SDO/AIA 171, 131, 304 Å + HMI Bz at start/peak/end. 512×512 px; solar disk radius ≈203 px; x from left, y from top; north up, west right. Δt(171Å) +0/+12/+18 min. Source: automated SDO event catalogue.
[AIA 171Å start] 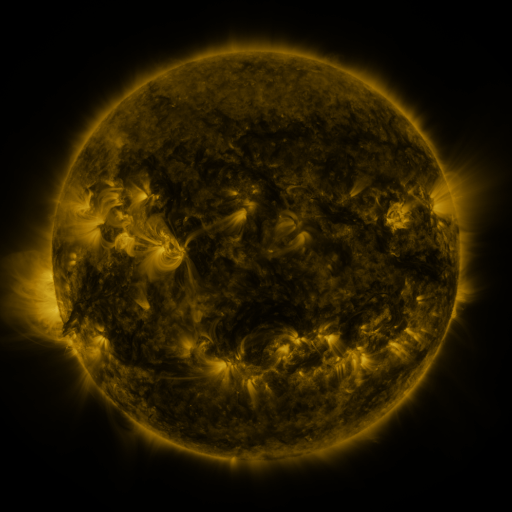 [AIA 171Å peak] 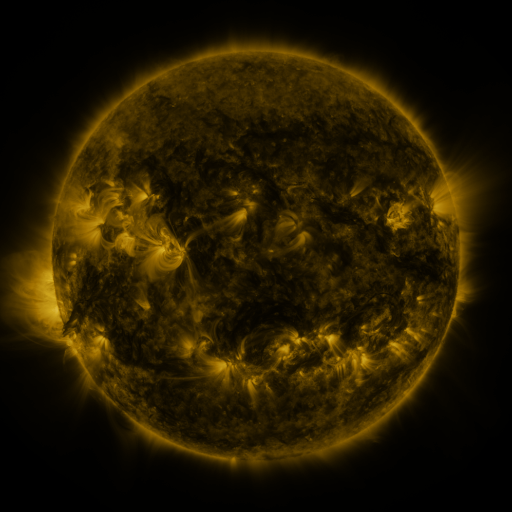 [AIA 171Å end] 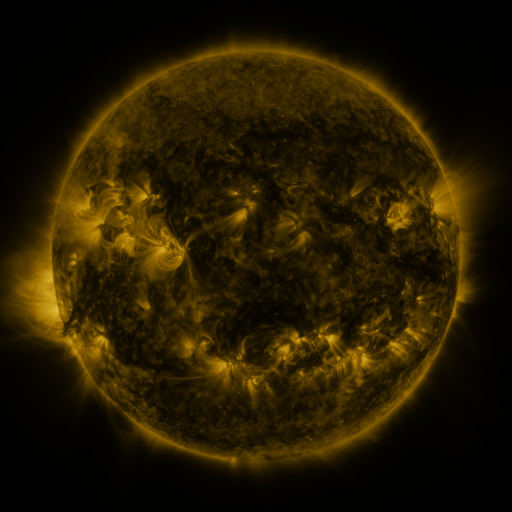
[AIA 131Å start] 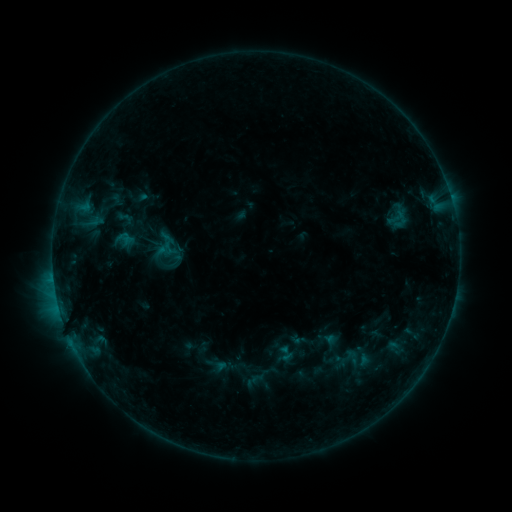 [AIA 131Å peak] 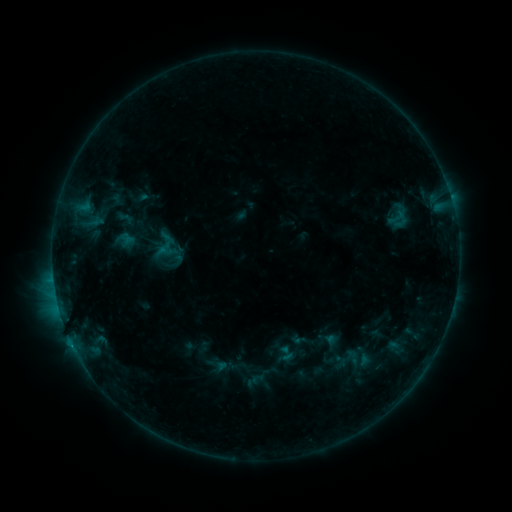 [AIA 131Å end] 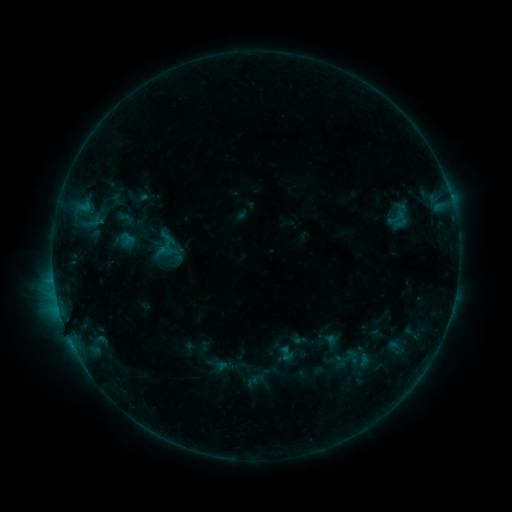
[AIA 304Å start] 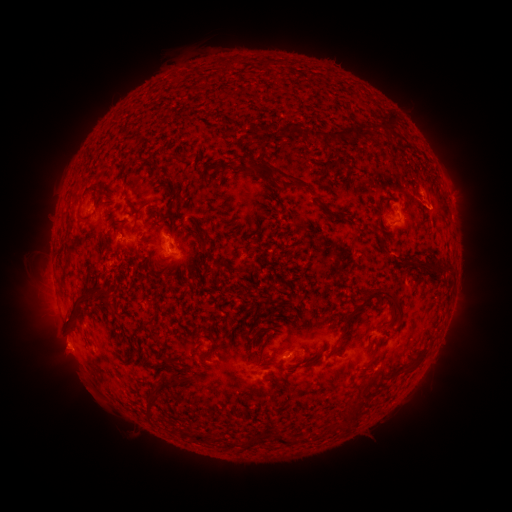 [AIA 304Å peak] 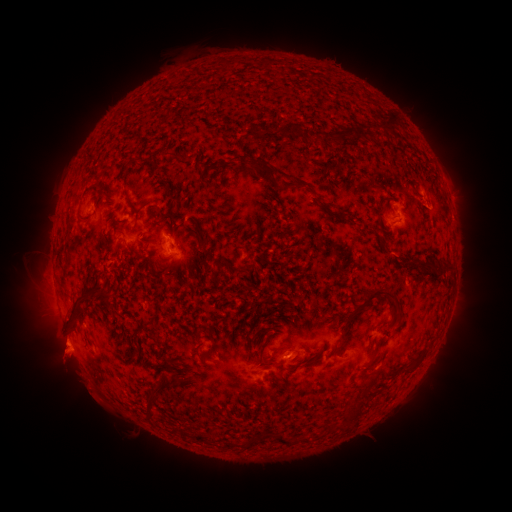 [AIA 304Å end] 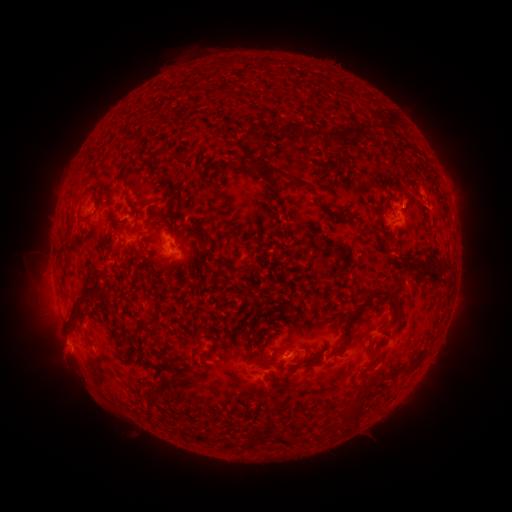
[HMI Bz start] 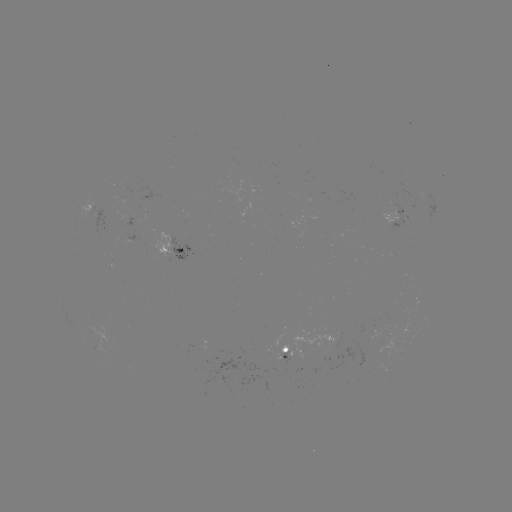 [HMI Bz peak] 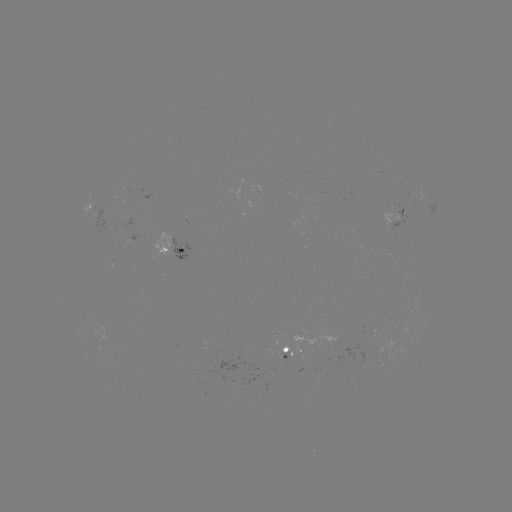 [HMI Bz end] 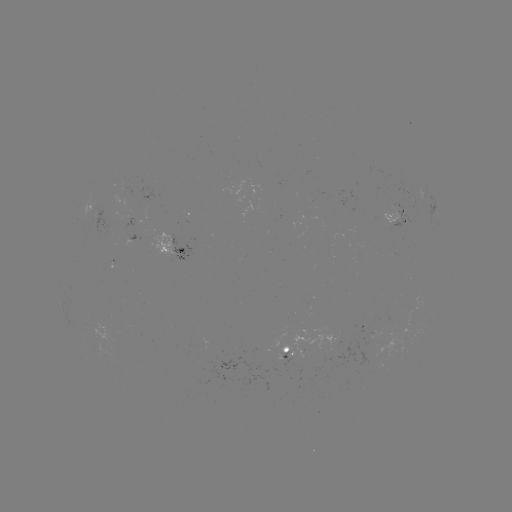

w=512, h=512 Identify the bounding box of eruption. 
[36, 330, 106, 405].